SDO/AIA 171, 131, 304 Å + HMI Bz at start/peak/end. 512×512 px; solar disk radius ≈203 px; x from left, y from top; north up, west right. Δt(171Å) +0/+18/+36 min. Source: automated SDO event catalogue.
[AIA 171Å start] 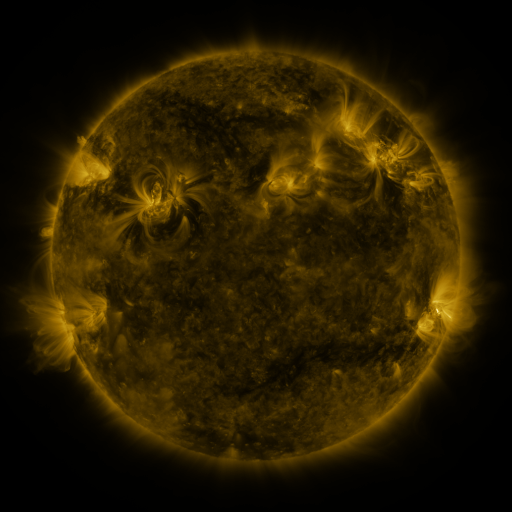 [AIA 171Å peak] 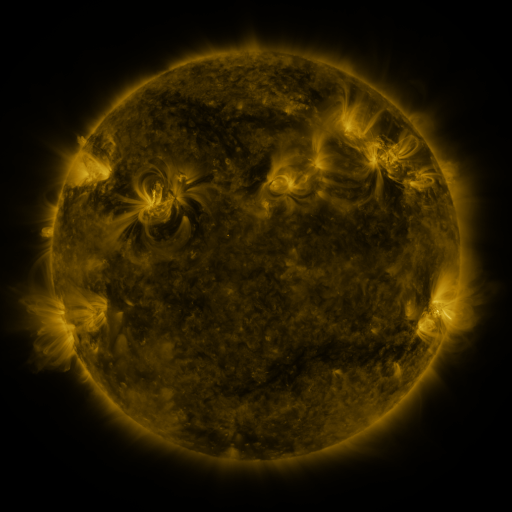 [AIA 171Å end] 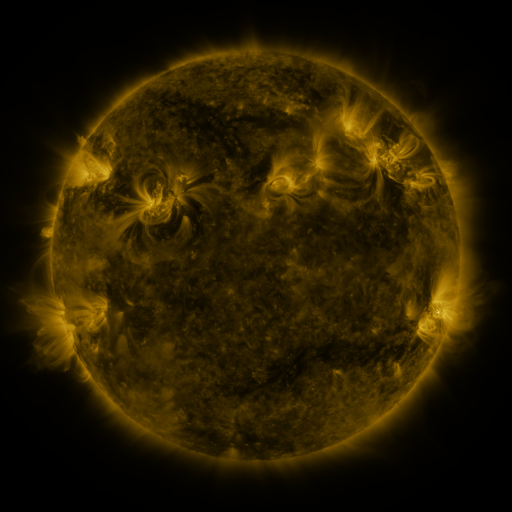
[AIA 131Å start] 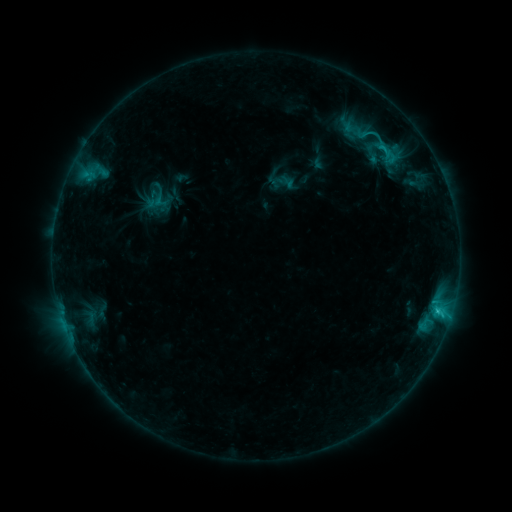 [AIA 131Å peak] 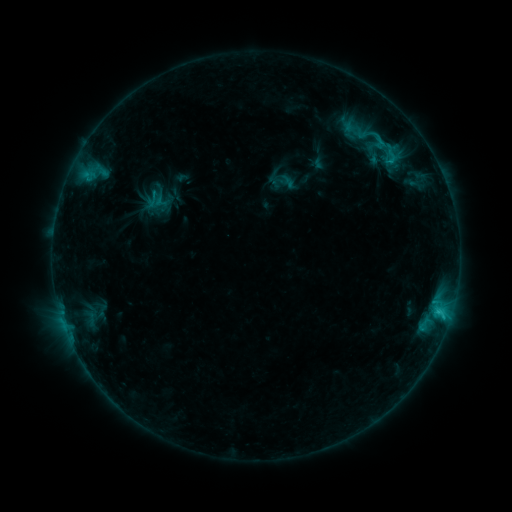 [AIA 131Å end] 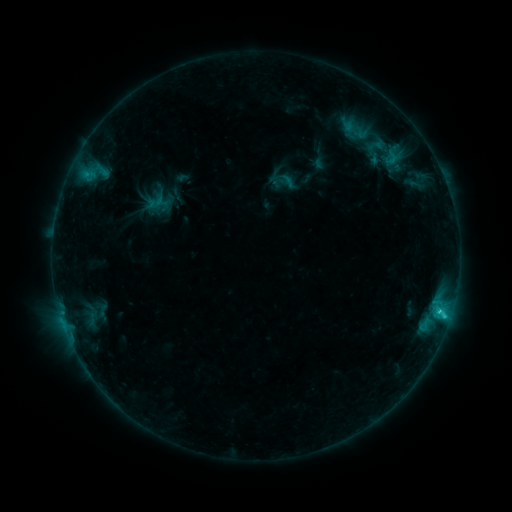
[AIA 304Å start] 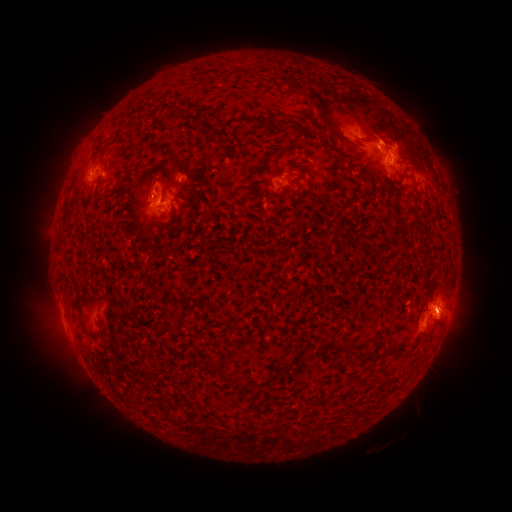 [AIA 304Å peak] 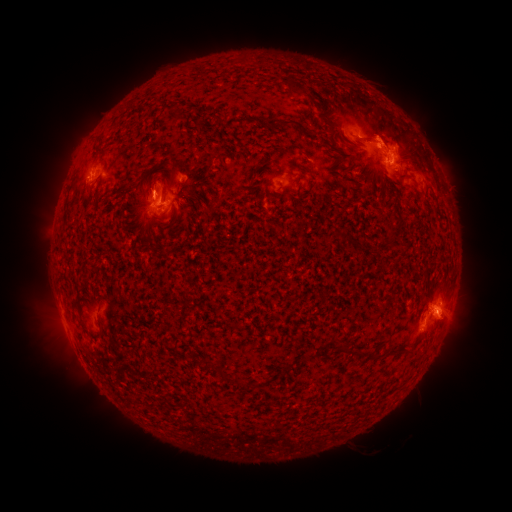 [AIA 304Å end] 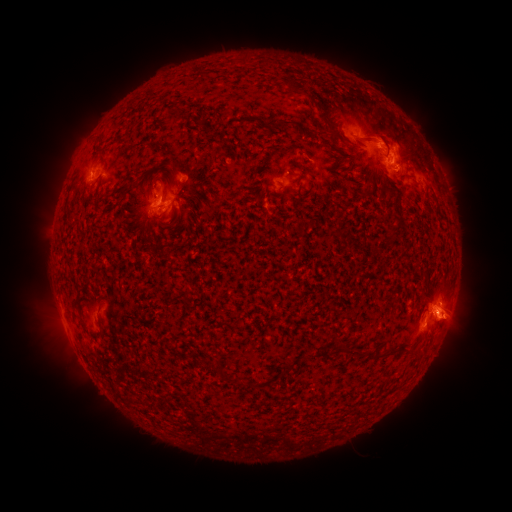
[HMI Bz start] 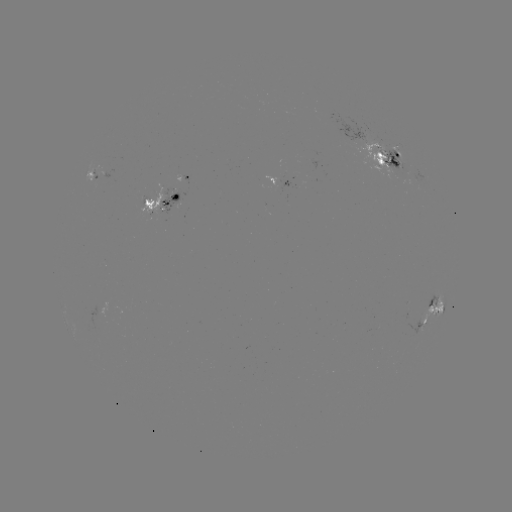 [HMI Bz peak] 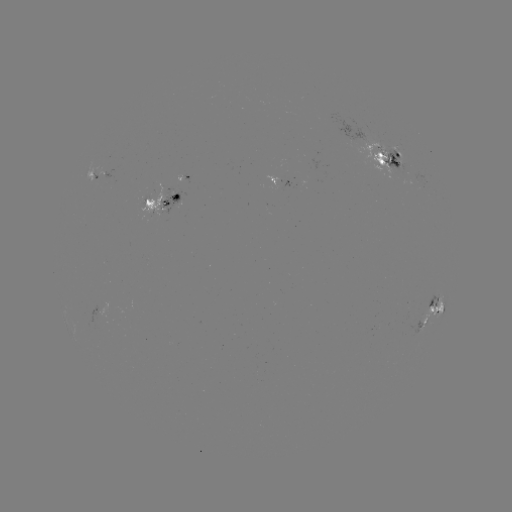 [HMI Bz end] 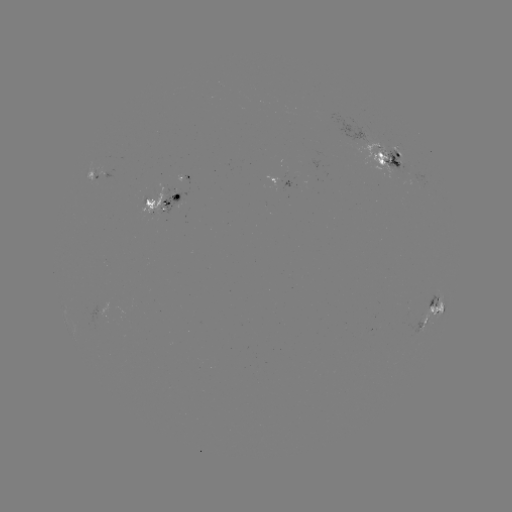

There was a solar emerging-flux region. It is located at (277, 180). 